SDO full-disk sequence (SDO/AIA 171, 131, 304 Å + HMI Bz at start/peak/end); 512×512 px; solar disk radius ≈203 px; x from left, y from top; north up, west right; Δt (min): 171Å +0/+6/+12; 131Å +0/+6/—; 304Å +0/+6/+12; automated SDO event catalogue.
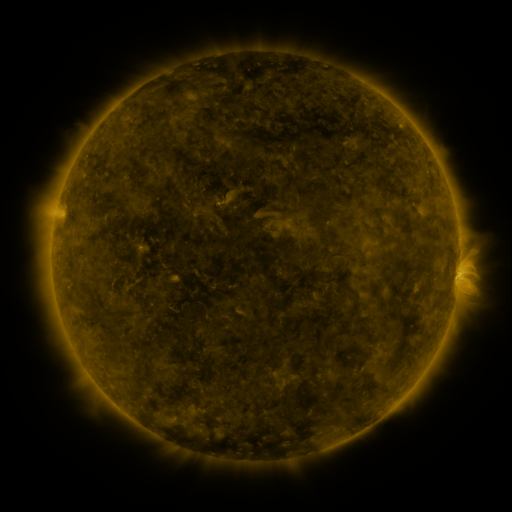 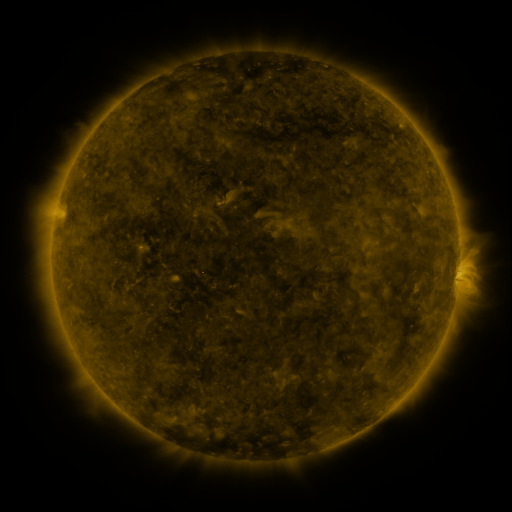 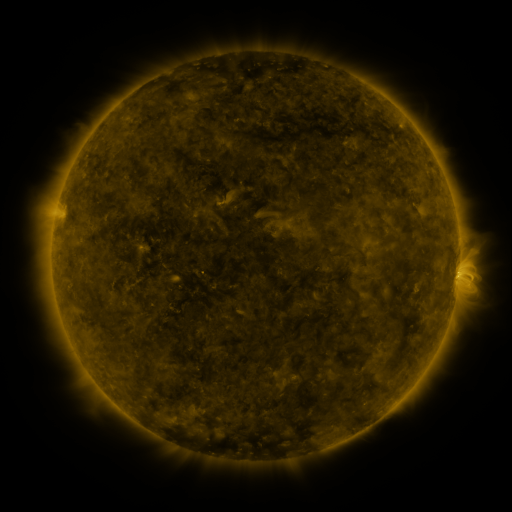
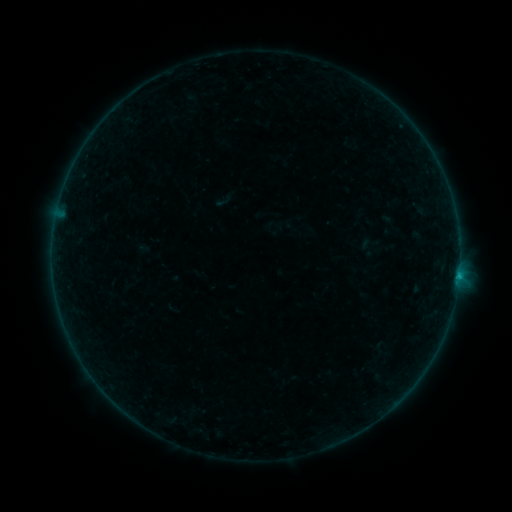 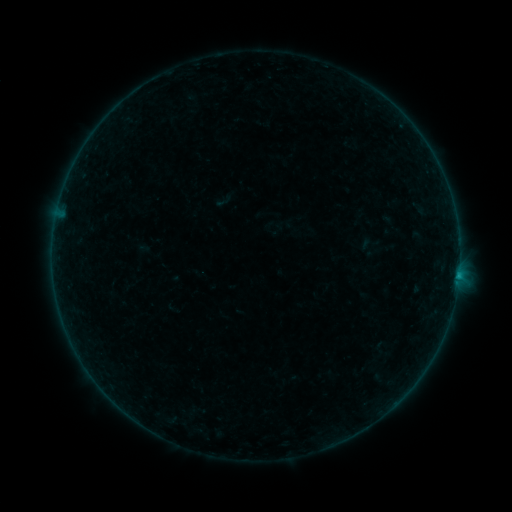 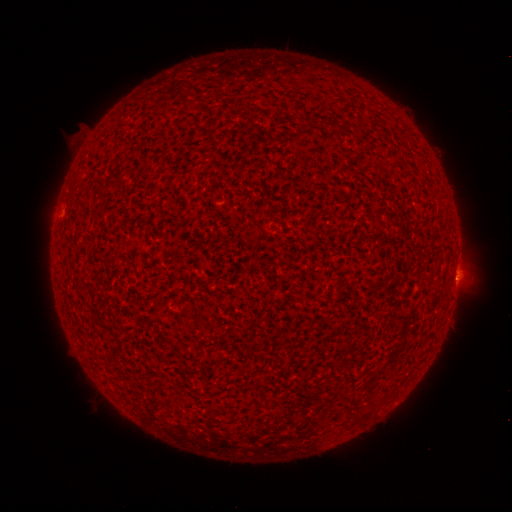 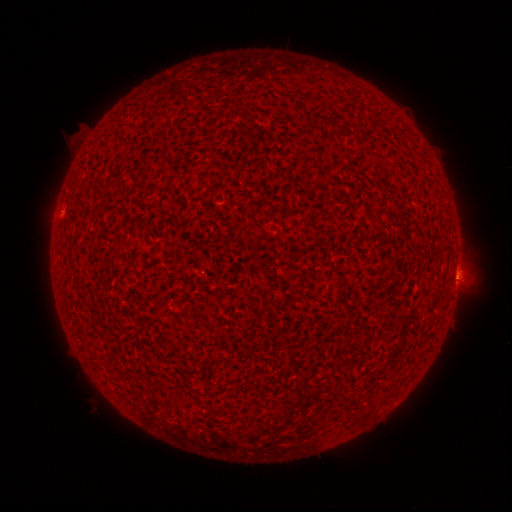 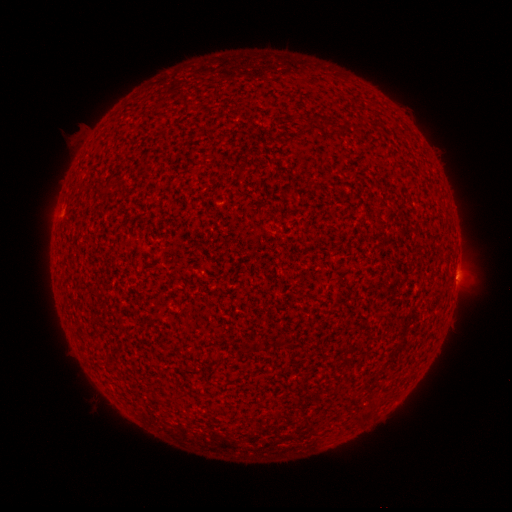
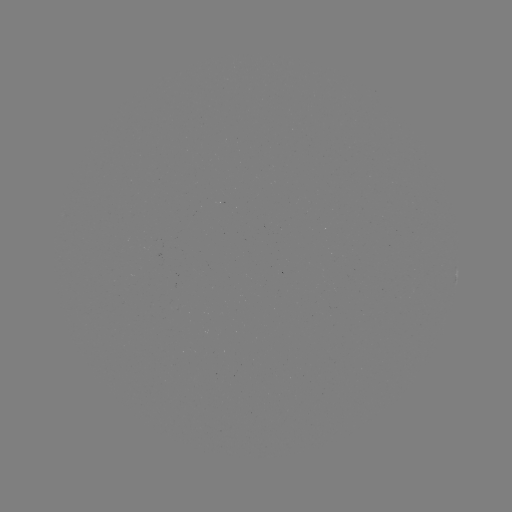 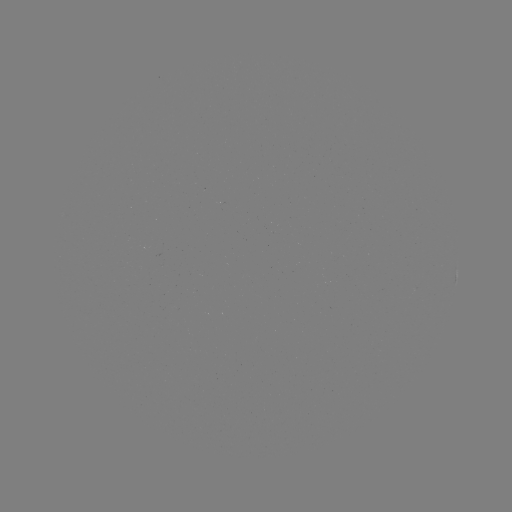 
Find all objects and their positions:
B2.3 flare: (457, 273)
